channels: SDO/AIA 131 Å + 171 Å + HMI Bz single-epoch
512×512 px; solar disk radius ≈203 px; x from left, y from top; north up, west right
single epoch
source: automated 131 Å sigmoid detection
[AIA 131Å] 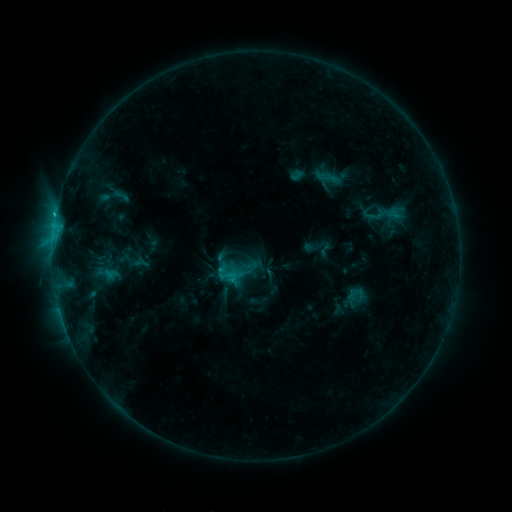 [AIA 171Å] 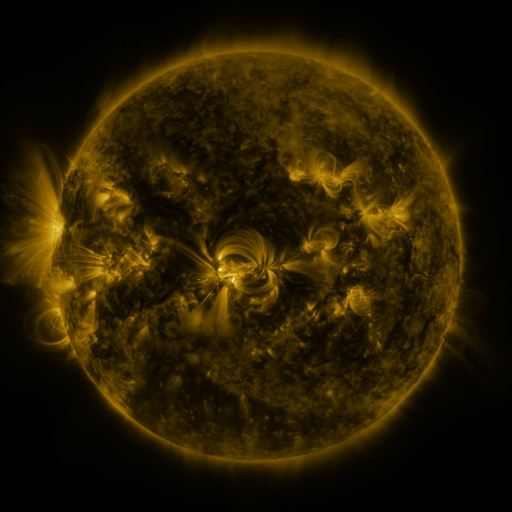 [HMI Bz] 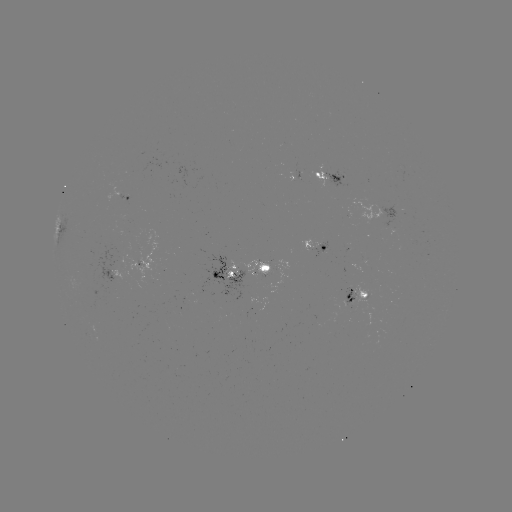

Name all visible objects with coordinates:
sigmoid: (121, 196)
sigmoid: (228, 277)
